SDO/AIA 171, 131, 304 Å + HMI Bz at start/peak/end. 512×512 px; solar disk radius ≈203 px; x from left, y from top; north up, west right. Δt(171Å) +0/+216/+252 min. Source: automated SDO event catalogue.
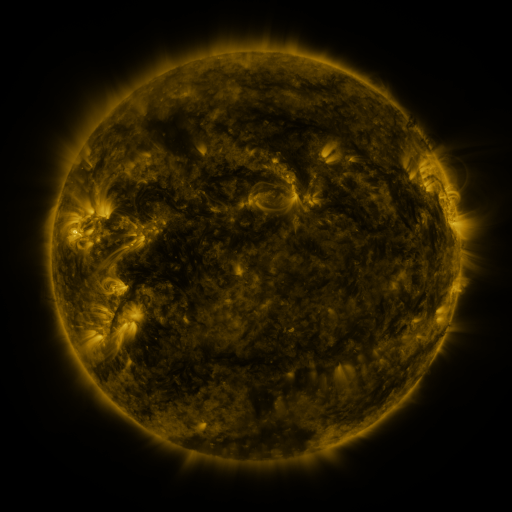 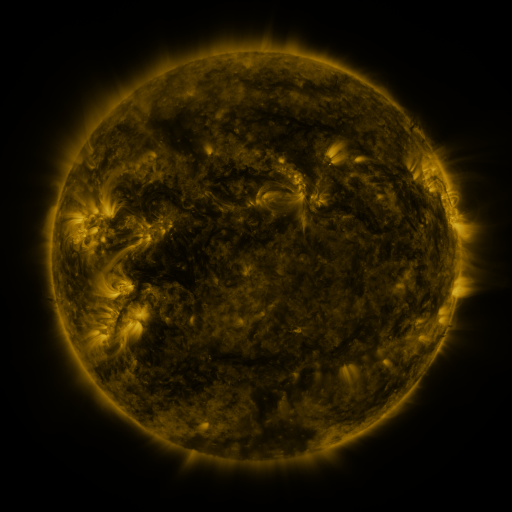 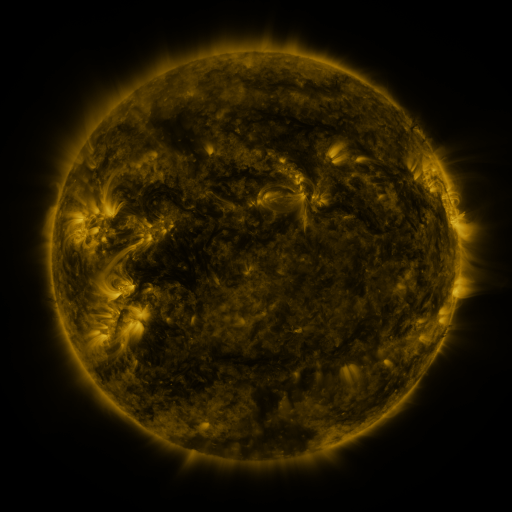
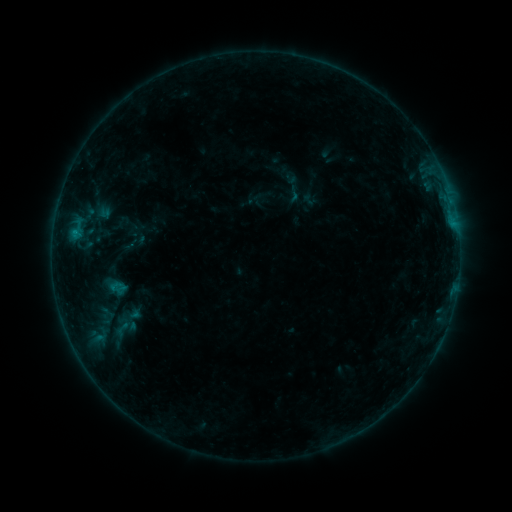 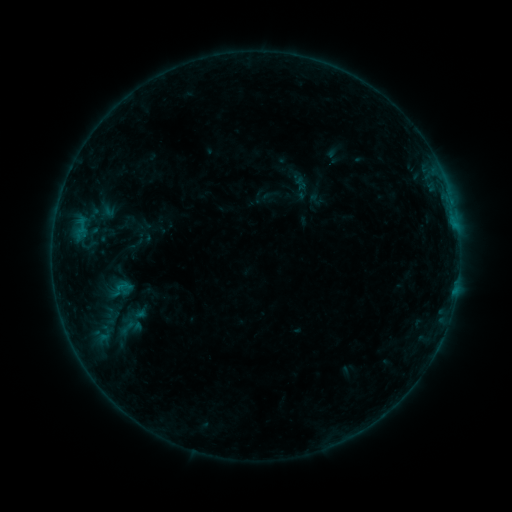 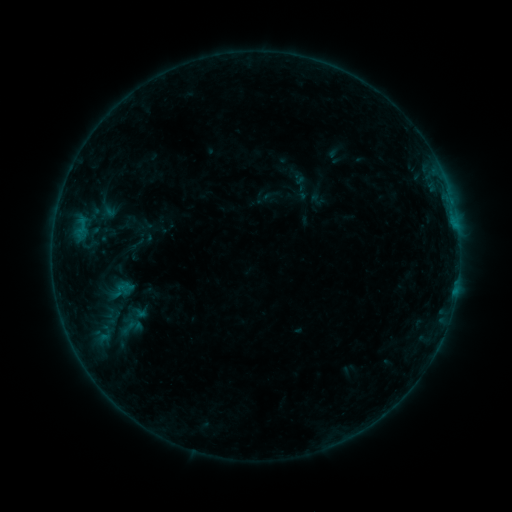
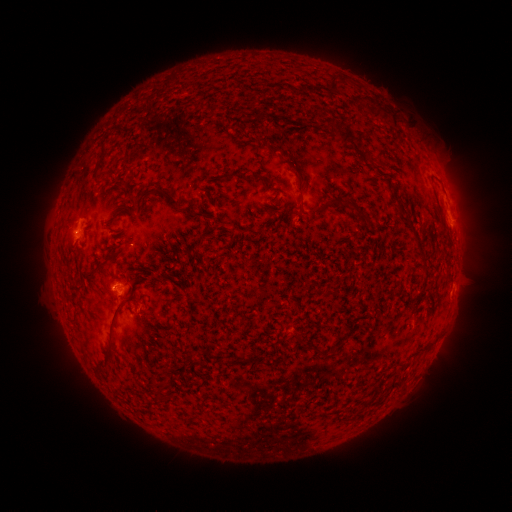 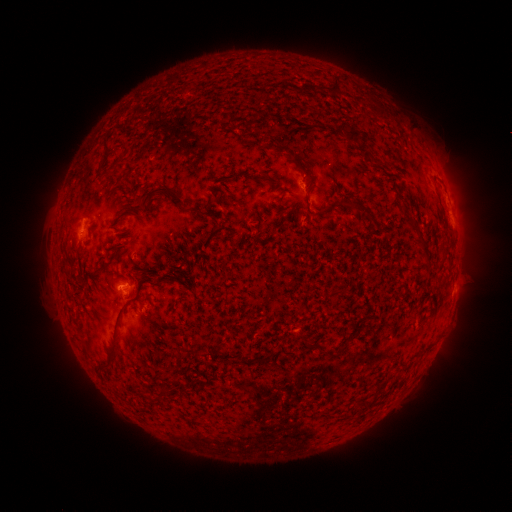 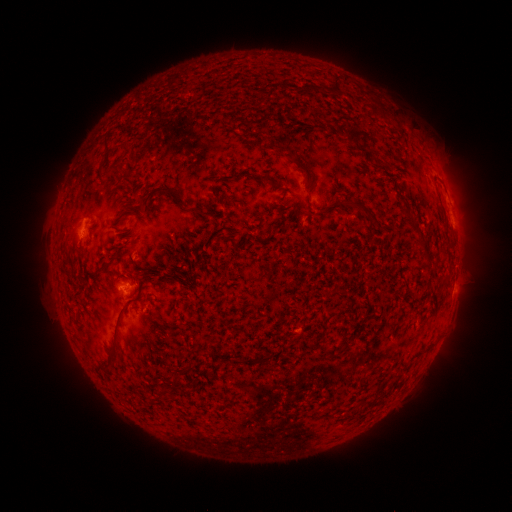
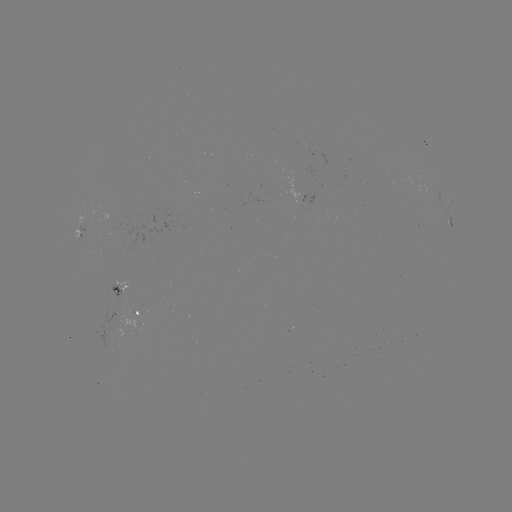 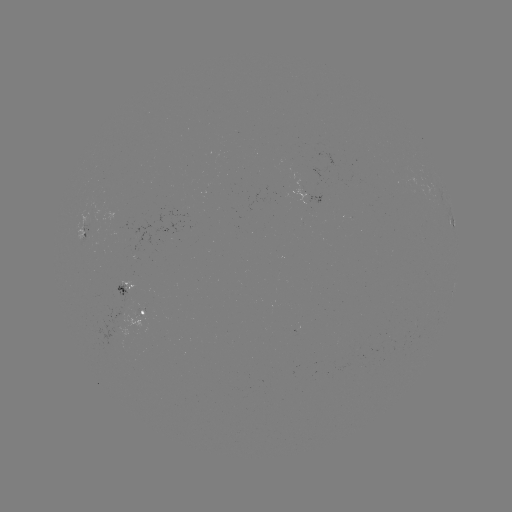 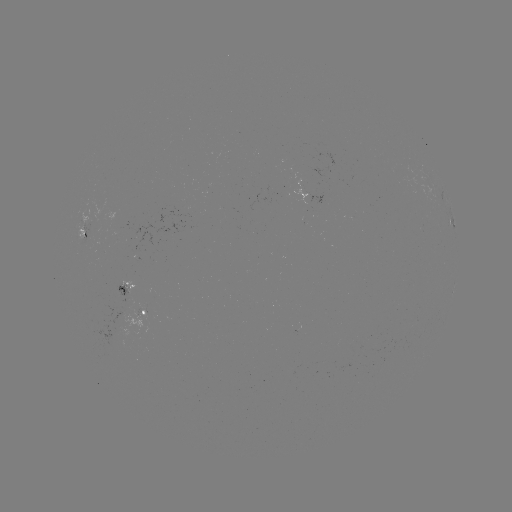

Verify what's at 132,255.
emerging-flux region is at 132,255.